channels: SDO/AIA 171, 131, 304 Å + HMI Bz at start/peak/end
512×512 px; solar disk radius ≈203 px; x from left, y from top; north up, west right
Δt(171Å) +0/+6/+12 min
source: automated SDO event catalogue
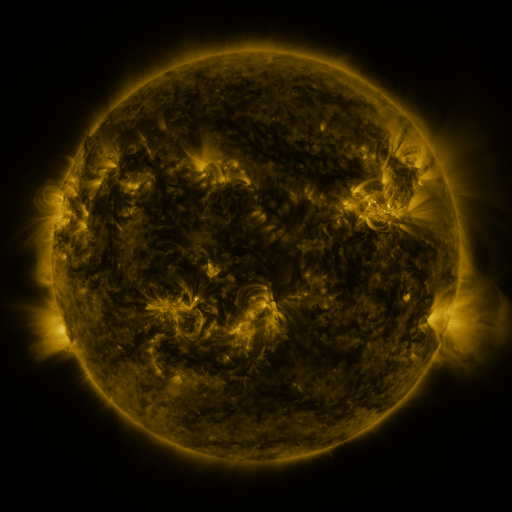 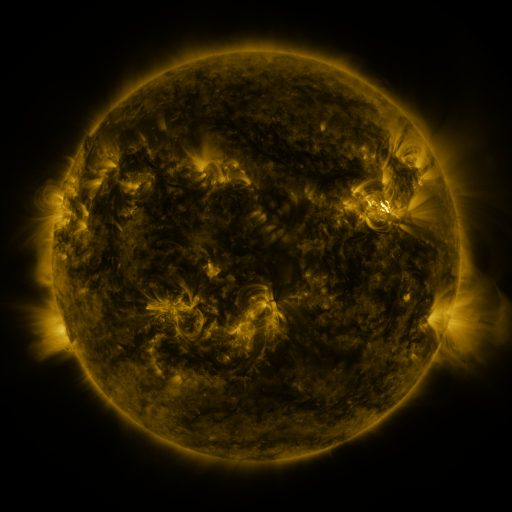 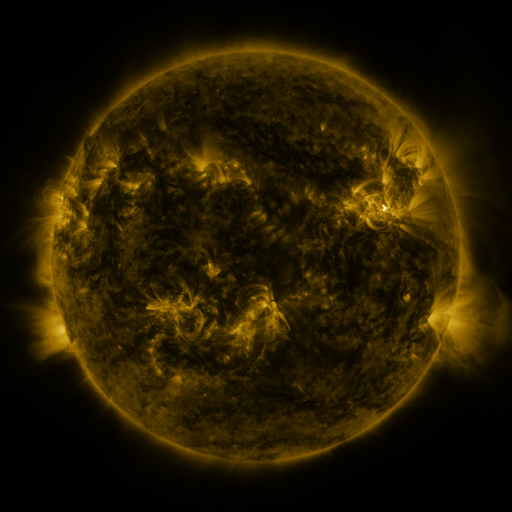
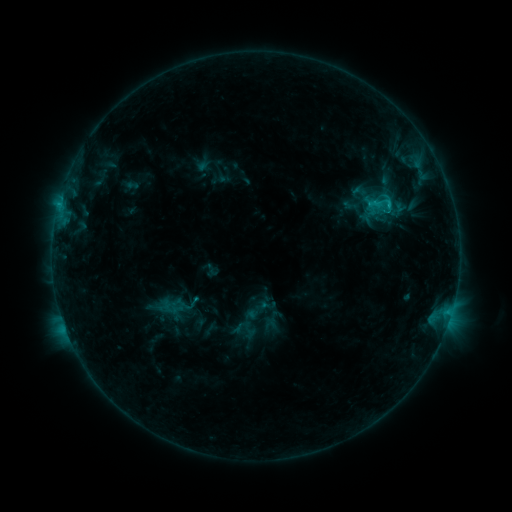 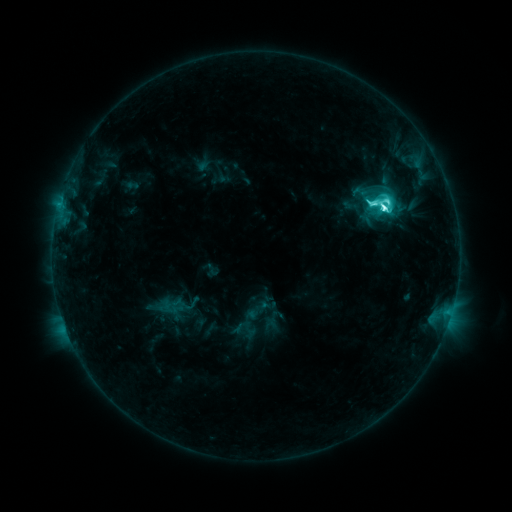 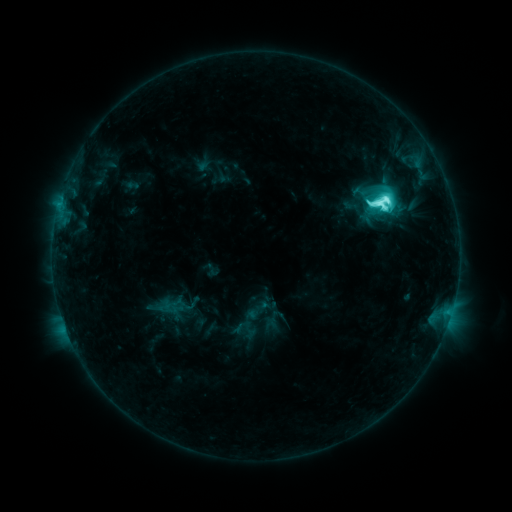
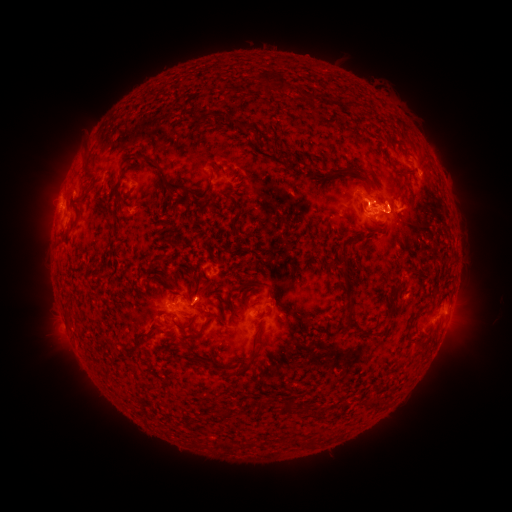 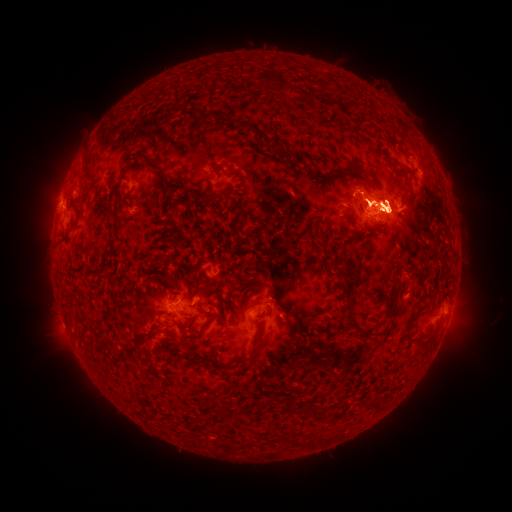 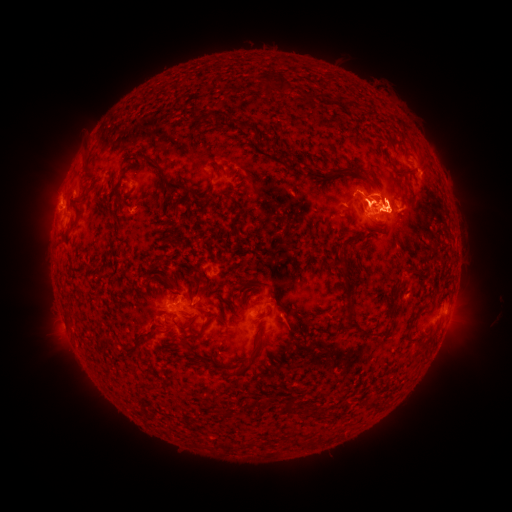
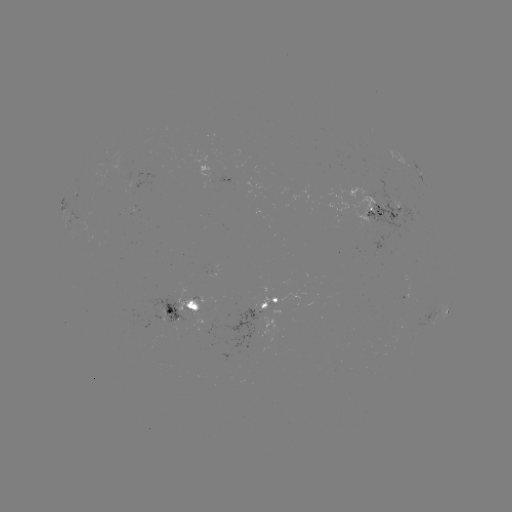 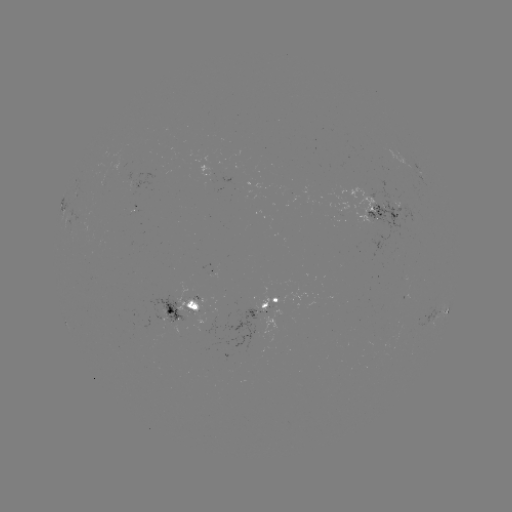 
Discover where eruption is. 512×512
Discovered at (393, 205).